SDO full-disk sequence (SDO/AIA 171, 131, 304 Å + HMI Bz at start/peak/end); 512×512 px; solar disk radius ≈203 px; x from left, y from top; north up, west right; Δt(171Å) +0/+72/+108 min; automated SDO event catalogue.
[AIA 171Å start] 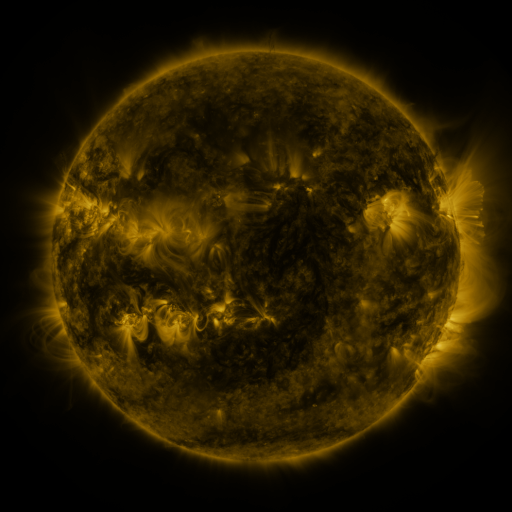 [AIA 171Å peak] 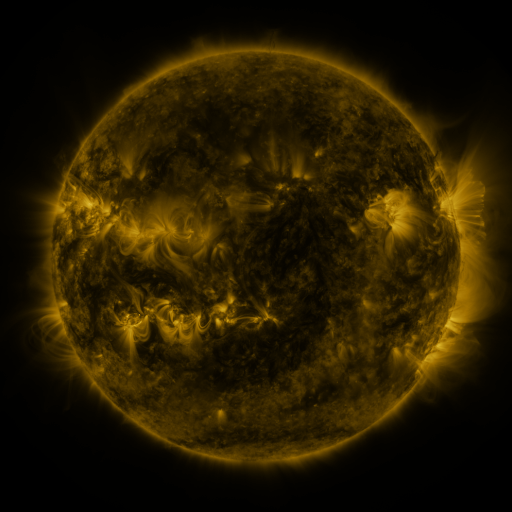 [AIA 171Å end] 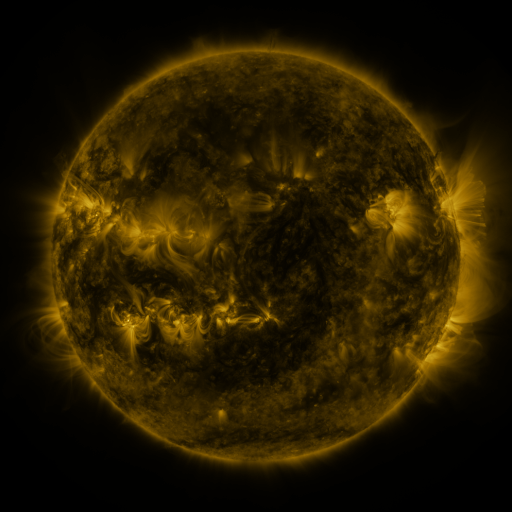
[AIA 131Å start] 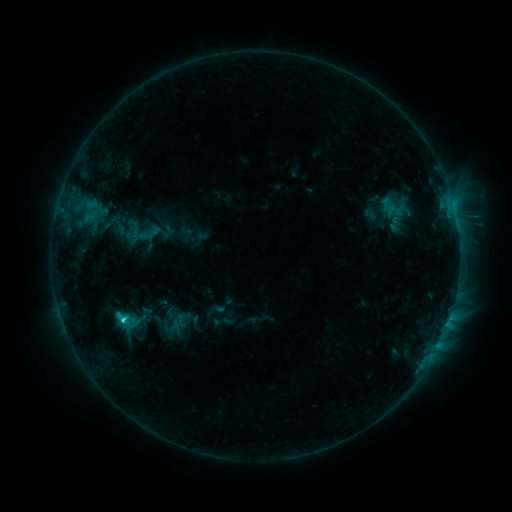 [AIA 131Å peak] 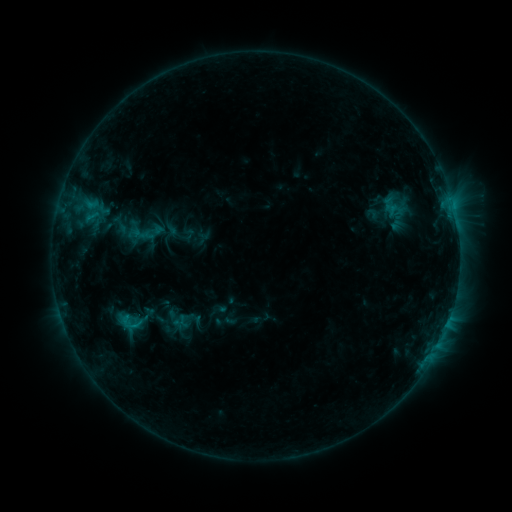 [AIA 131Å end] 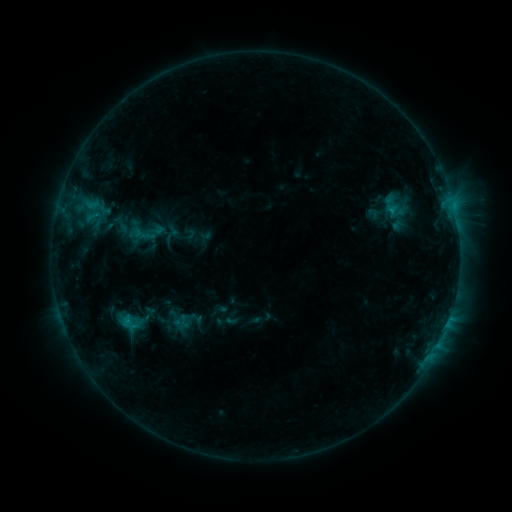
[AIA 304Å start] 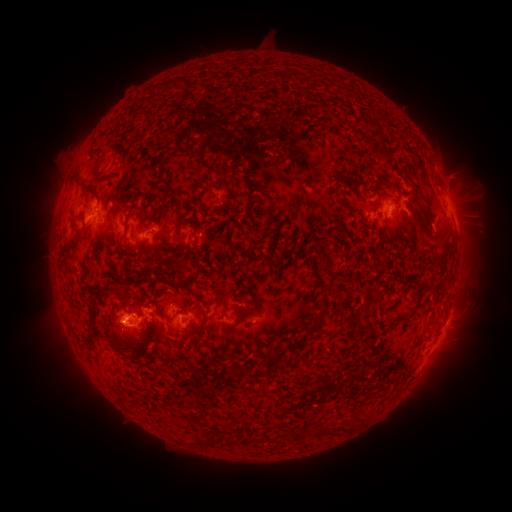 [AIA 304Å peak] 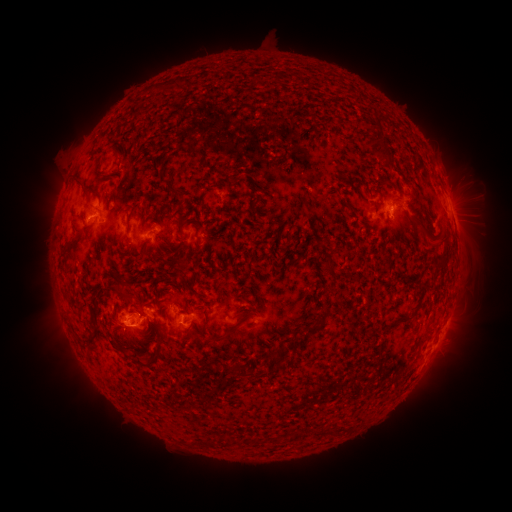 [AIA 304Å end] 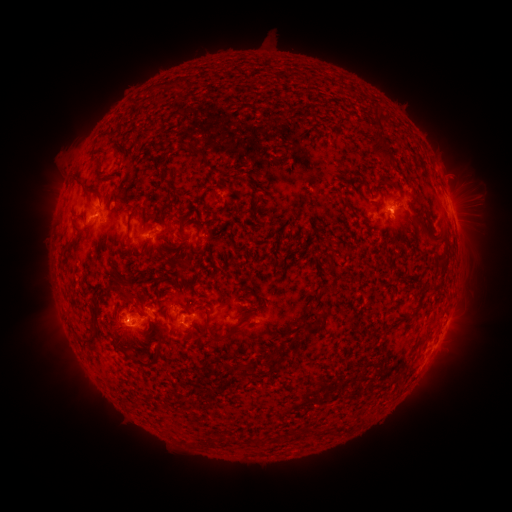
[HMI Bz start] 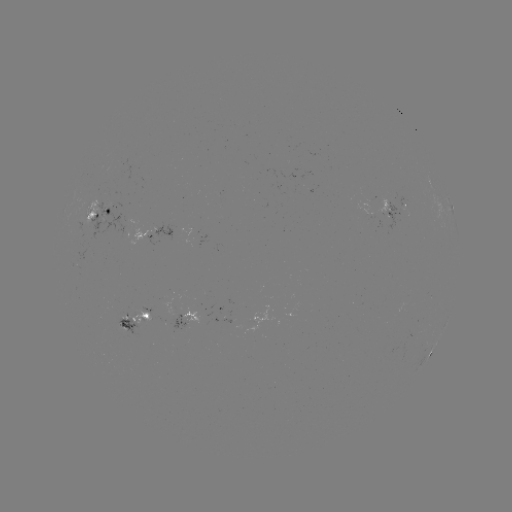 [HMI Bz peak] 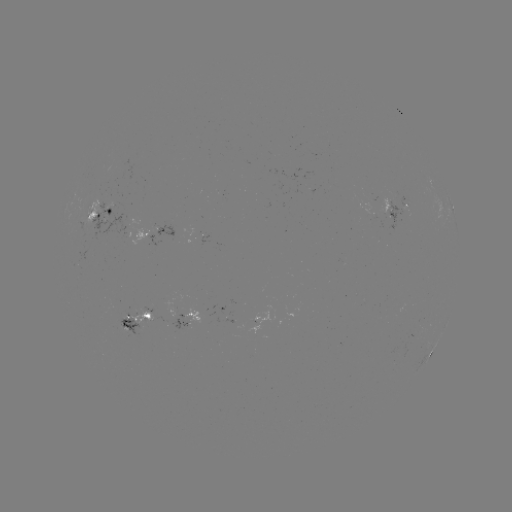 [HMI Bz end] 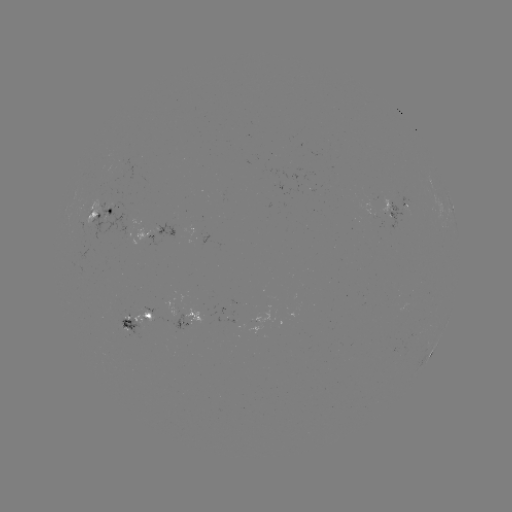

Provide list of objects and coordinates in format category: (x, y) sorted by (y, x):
emerging-flux region: (407, 204)
